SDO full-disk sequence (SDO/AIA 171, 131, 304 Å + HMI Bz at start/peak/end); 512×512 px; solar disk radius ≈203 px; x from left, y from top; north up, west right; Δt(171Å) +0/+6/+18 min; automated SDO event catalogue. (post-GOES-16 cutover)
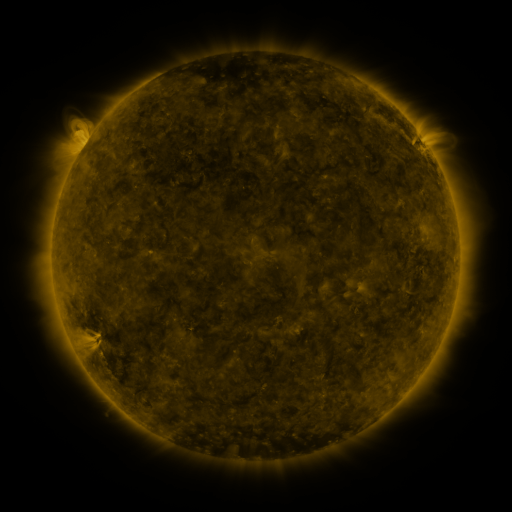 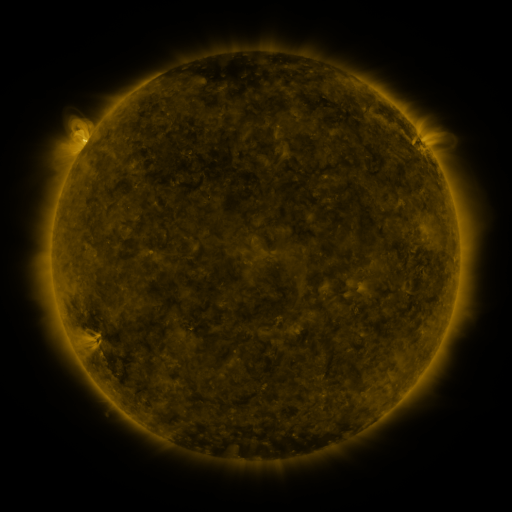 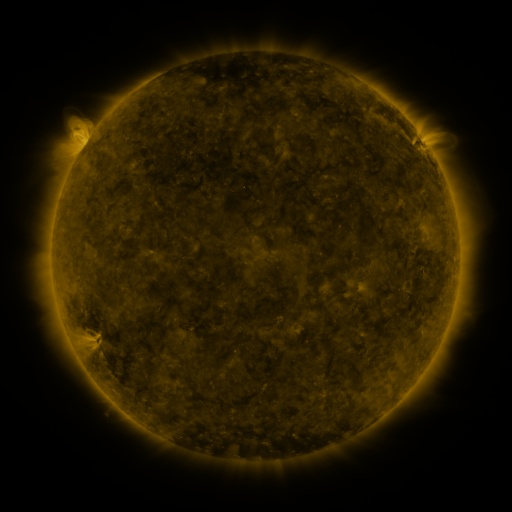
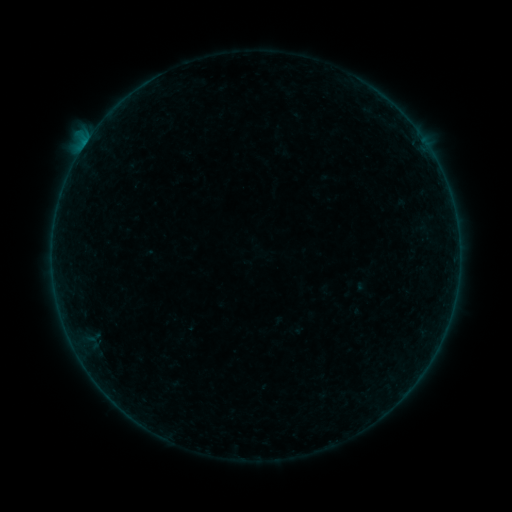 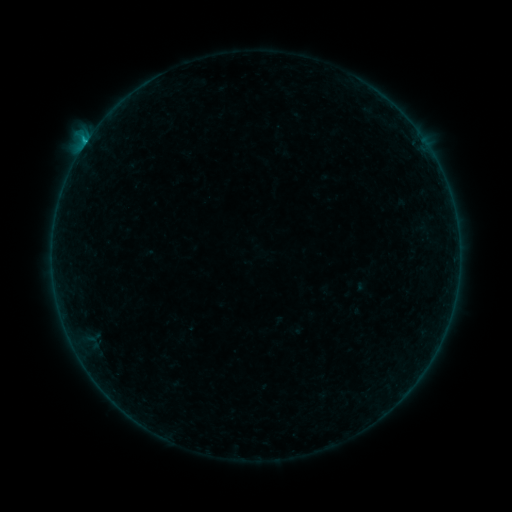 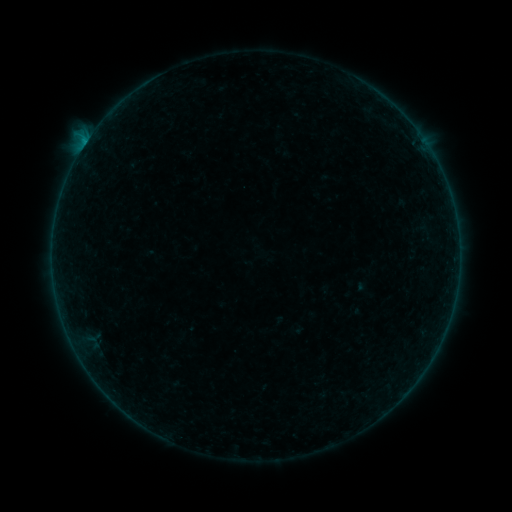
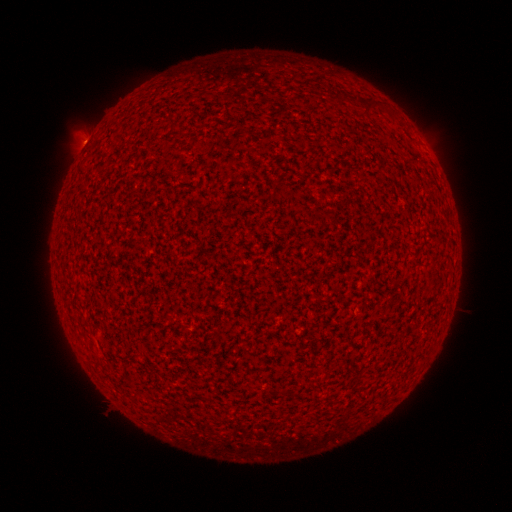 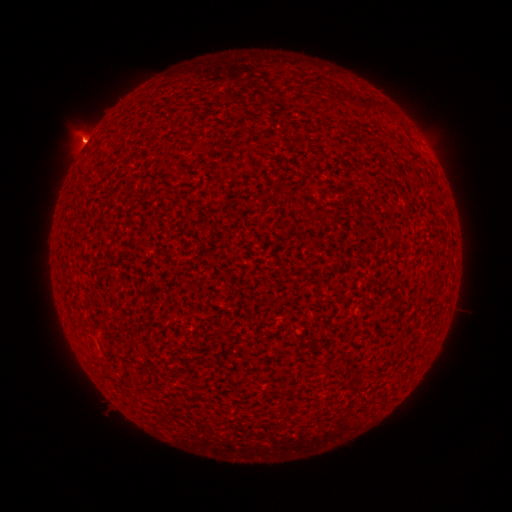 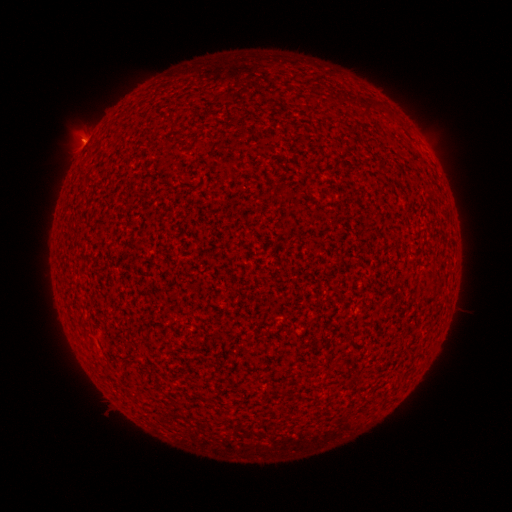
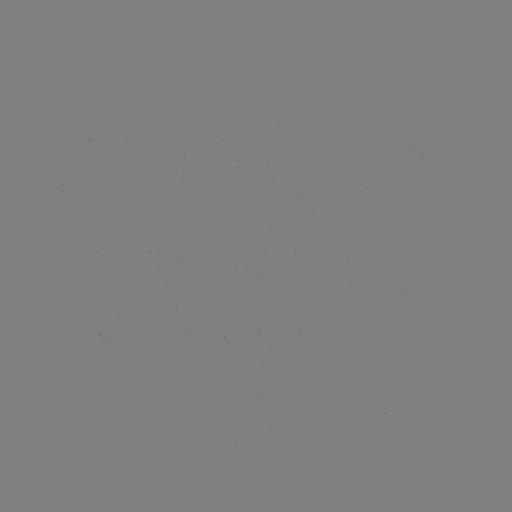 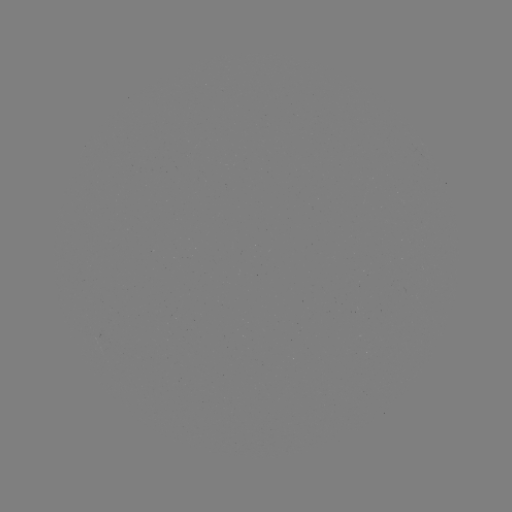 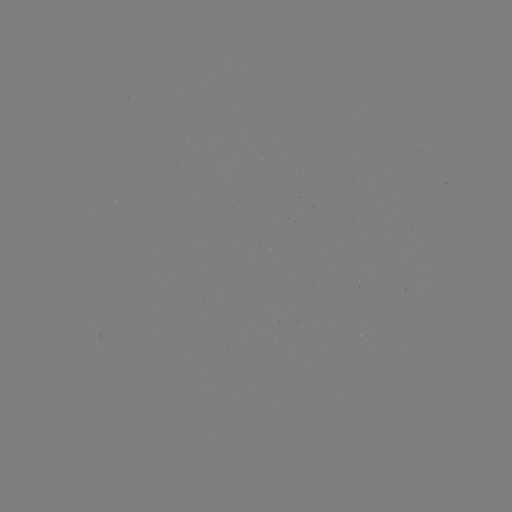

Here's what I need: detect B4.2 flare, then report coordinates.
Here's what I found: B4.2 flare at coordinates [85, 145].